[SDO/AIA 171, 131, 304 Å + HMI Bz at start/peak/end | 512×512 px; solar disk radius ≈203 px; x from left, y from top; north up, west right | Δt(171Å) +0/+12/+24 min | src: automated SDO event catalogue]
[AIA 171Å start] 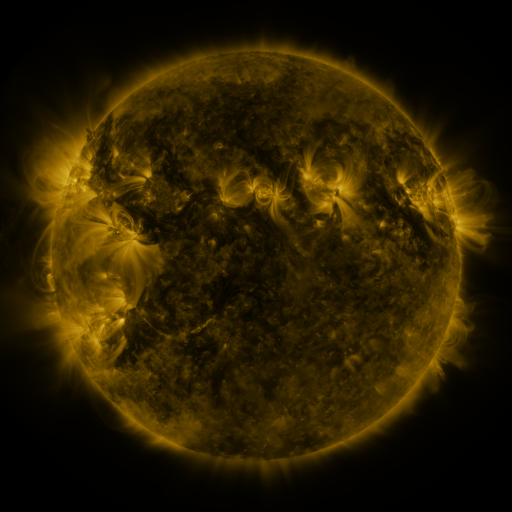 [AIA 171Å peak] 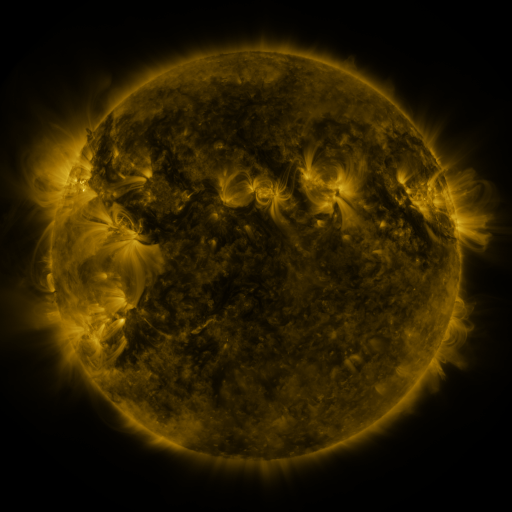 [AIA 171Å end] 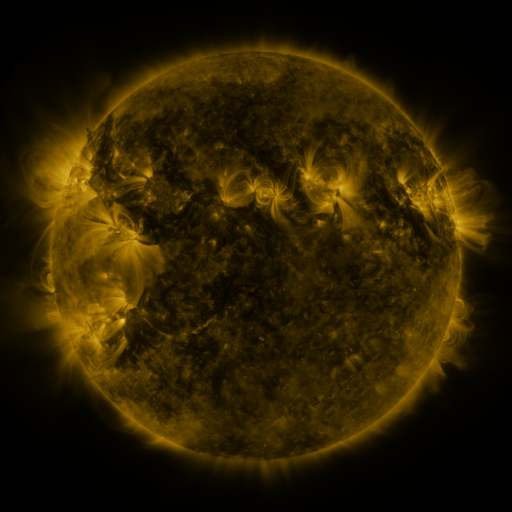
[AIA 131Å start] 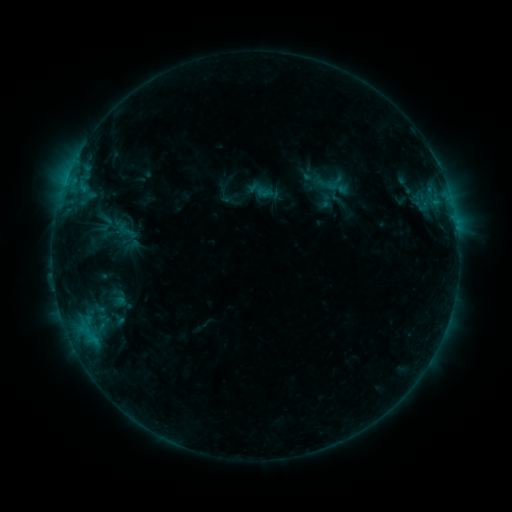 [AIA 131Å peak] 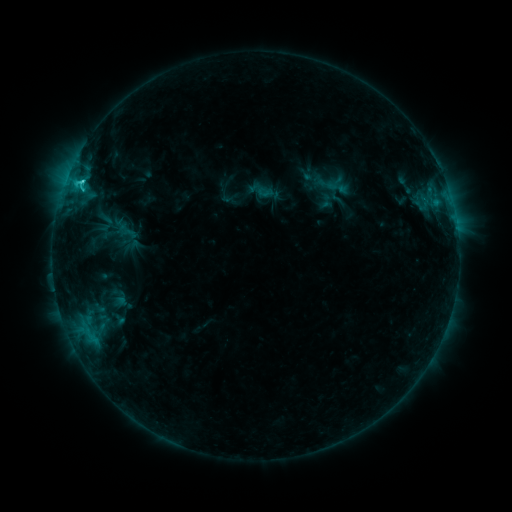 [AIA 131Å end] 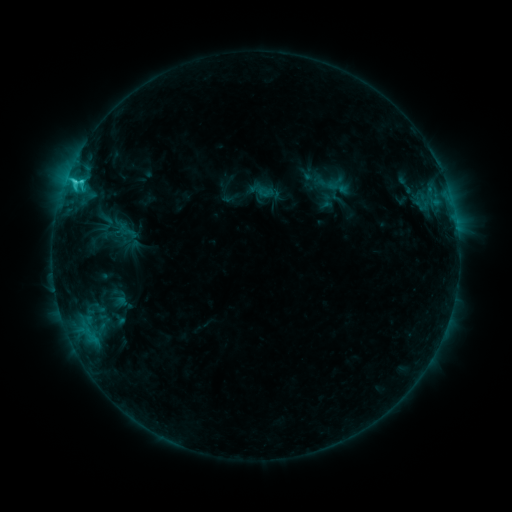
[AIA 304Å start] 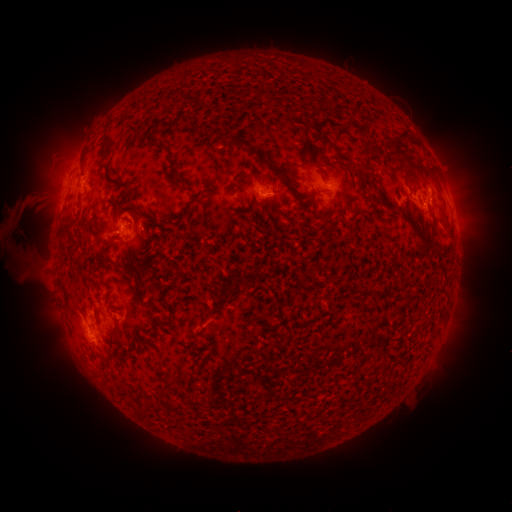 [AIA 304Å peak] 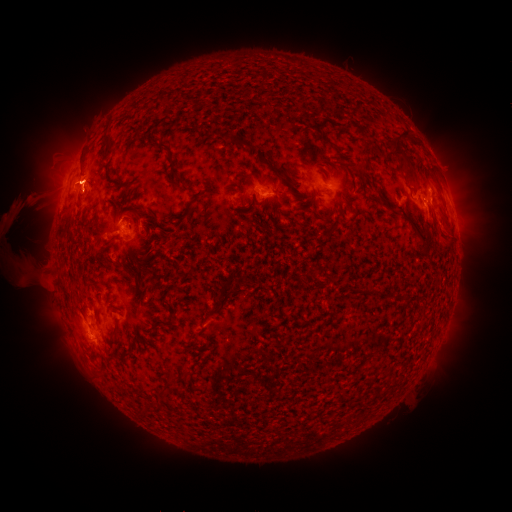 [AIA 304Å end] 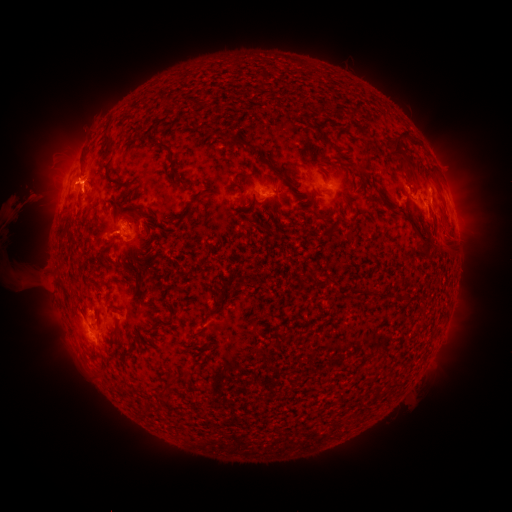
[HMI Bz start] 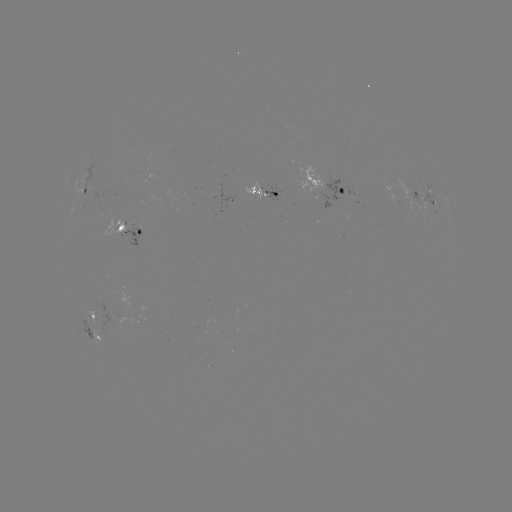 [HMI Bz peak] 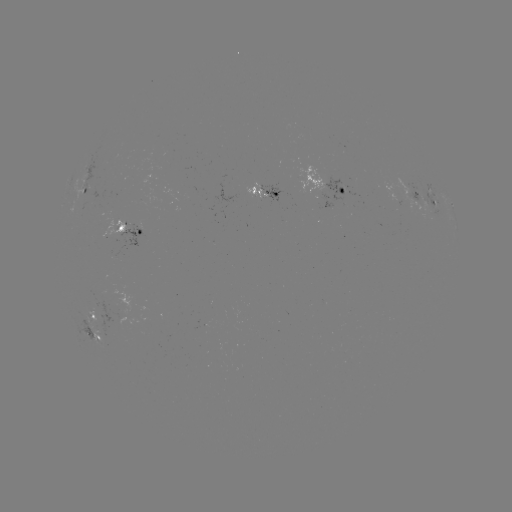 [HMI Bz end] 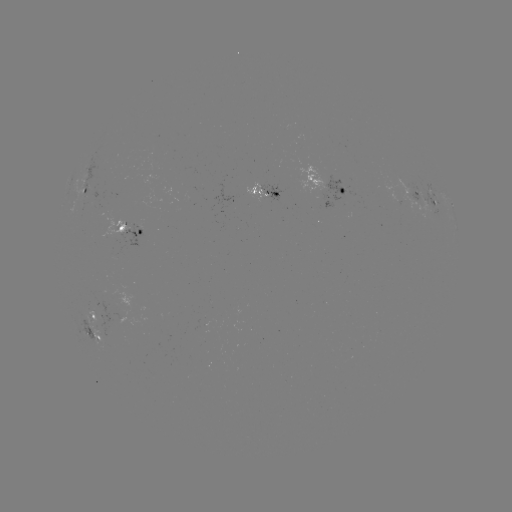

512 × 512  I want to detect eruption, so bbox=[428, 216, 479, 269].